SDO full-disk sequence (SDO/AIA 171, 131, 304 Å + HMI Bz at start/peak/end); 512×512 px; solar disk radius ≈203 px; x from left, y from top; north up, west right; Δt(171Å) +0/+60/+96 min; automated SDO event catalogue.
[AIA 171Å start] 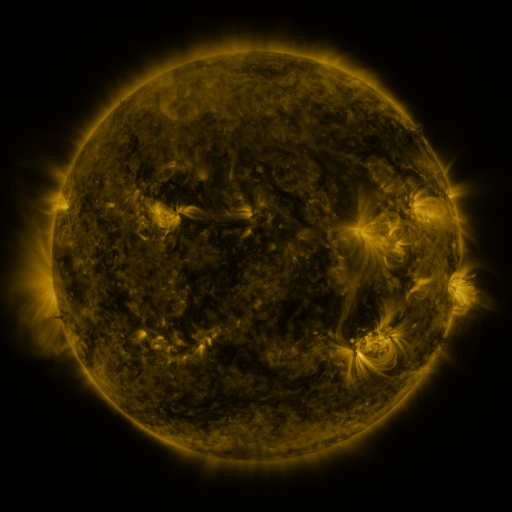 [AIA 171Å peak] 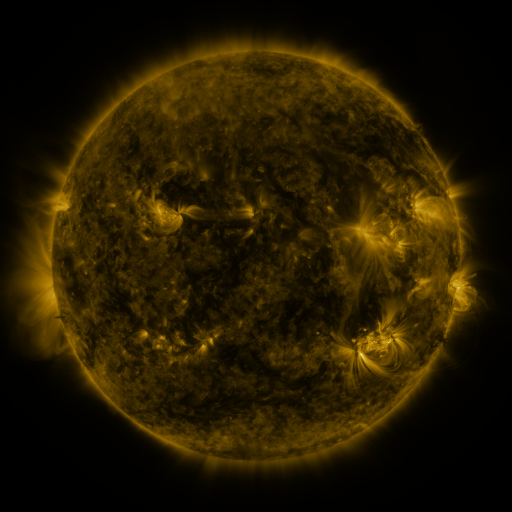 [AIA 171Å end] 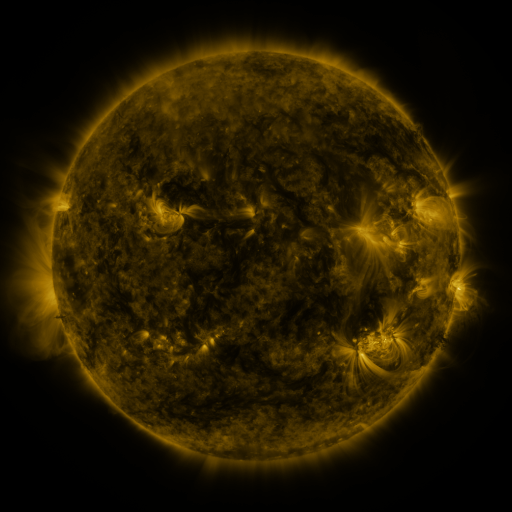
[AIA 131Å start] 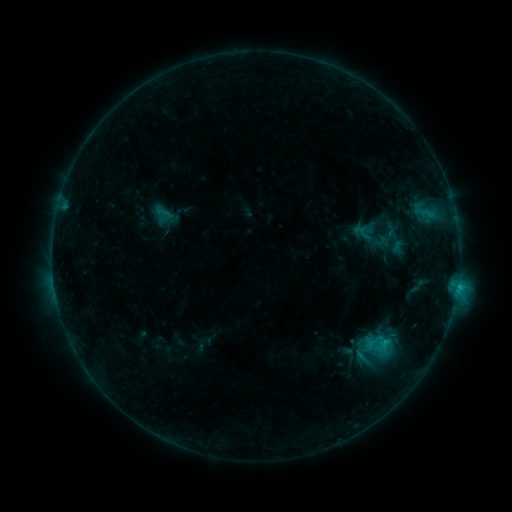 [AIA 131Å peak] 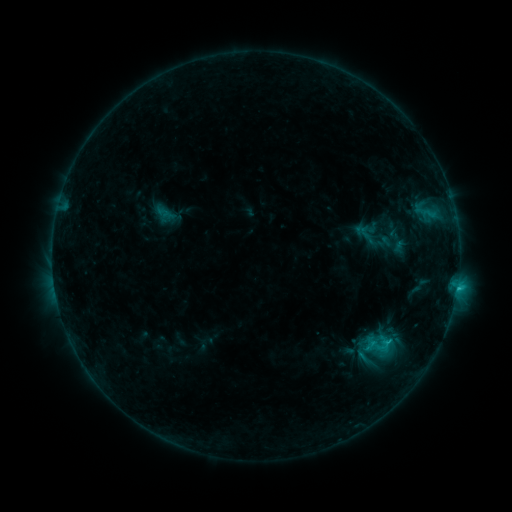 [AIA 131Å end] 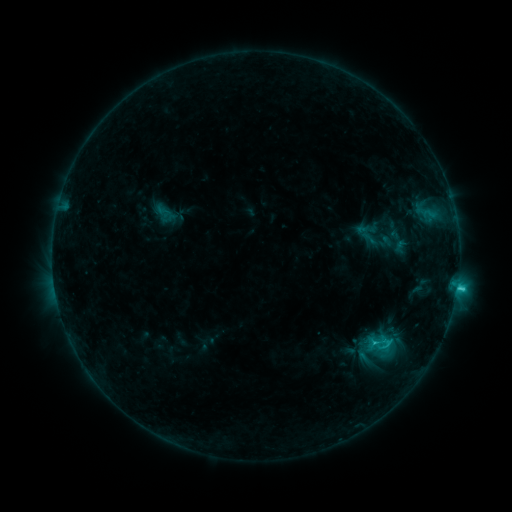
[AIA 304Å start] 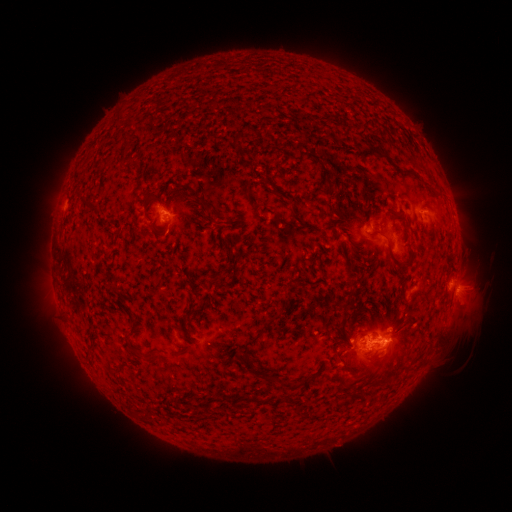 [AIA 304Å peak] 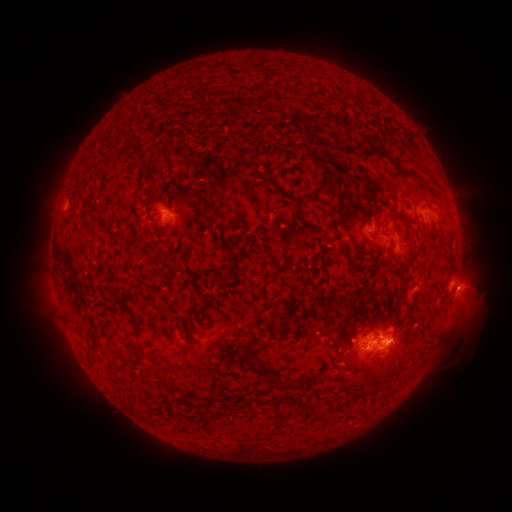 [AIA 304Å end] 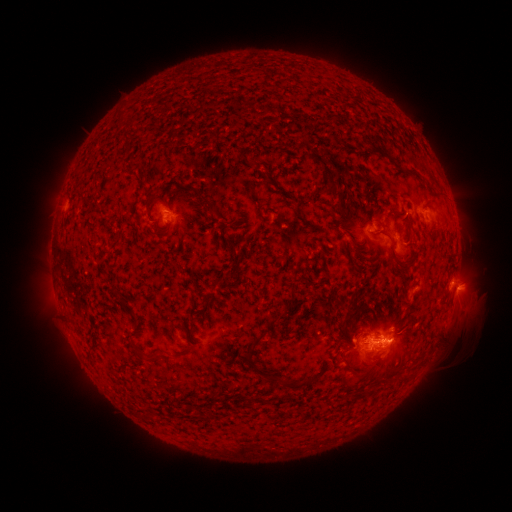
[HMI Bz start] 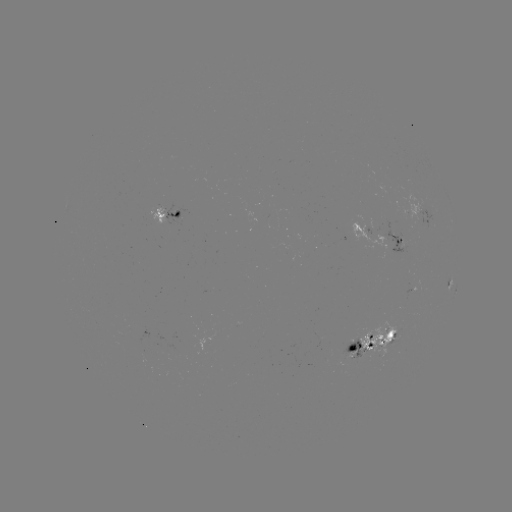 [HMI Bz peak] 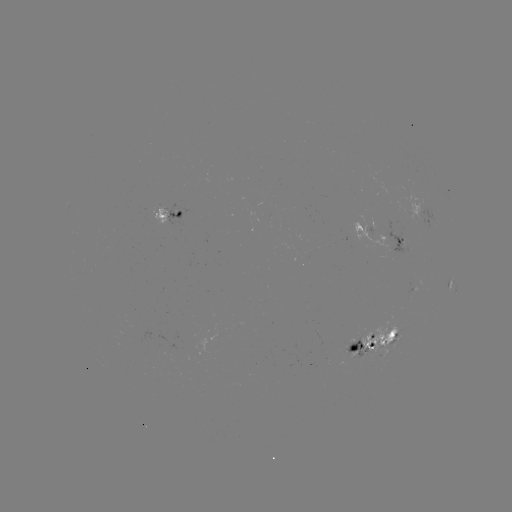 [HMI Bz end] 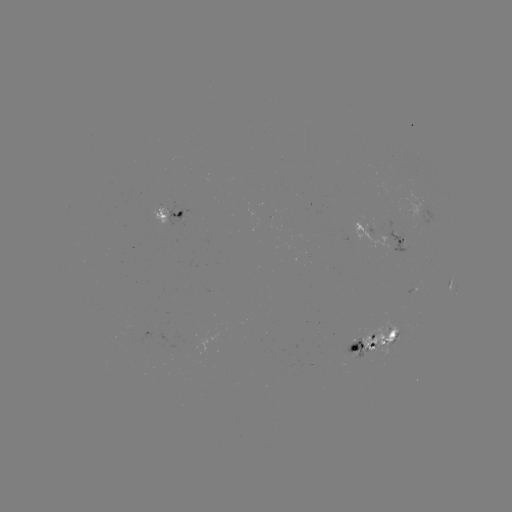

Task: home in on emerging-flux region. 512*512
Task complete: [399, 222].